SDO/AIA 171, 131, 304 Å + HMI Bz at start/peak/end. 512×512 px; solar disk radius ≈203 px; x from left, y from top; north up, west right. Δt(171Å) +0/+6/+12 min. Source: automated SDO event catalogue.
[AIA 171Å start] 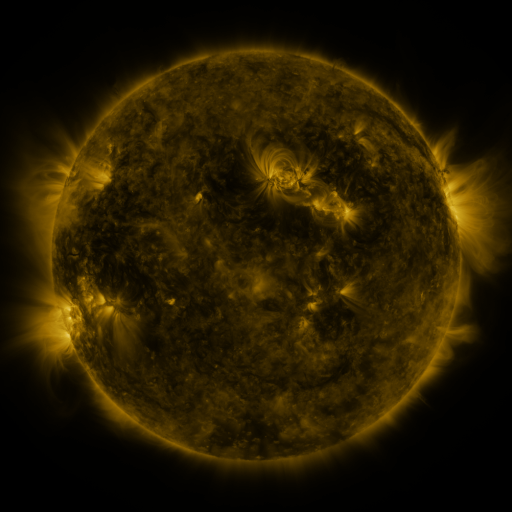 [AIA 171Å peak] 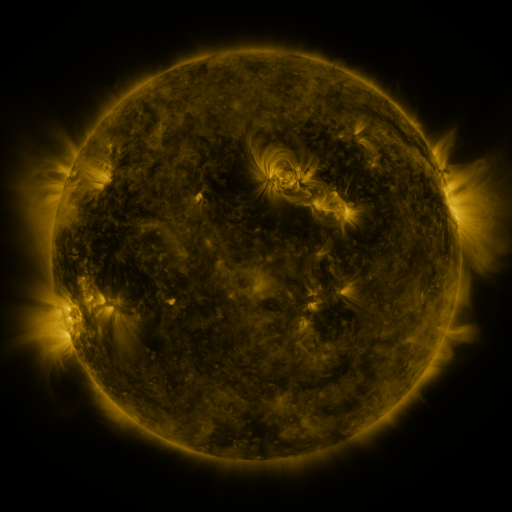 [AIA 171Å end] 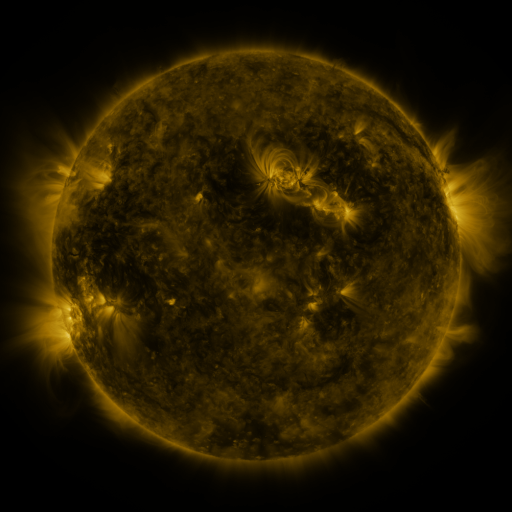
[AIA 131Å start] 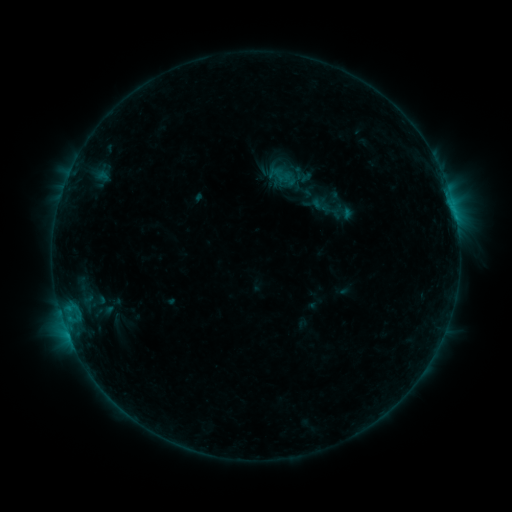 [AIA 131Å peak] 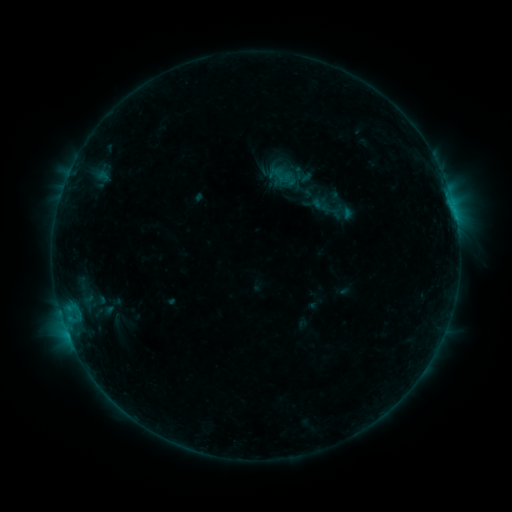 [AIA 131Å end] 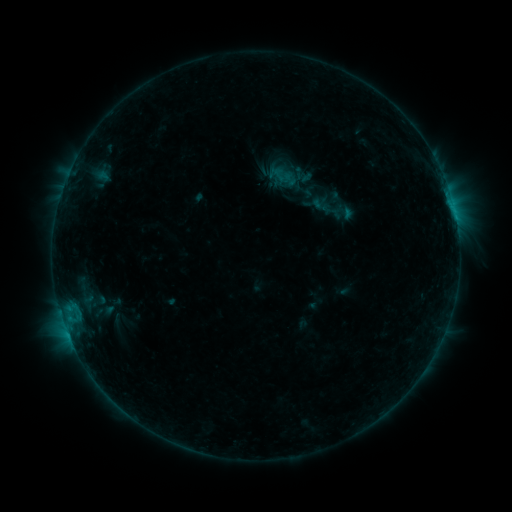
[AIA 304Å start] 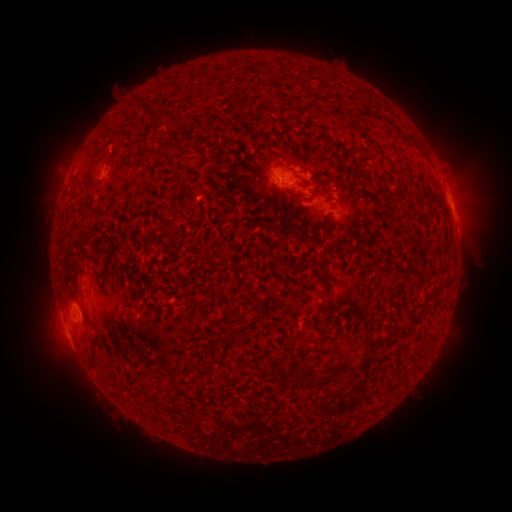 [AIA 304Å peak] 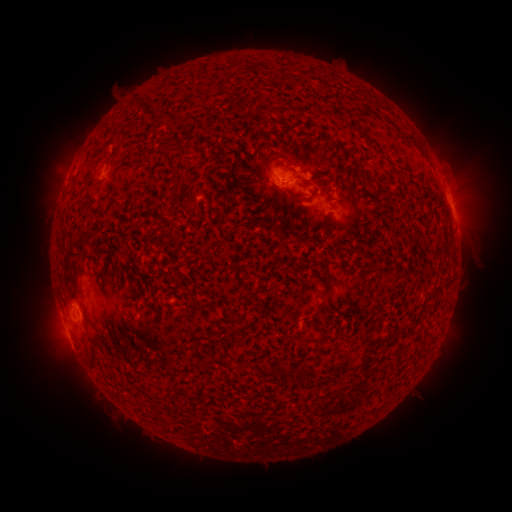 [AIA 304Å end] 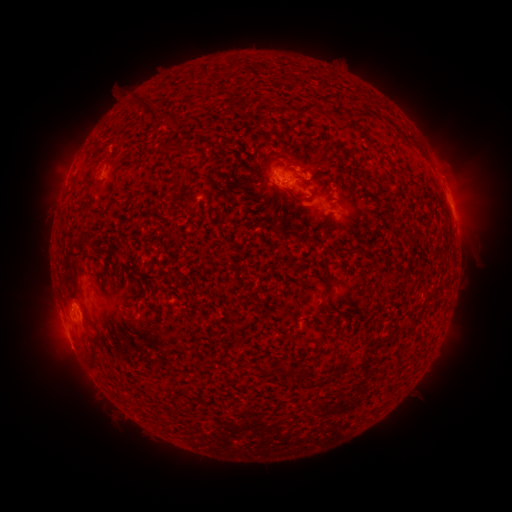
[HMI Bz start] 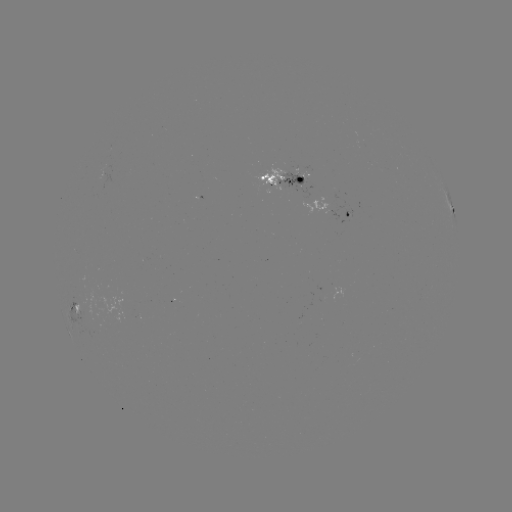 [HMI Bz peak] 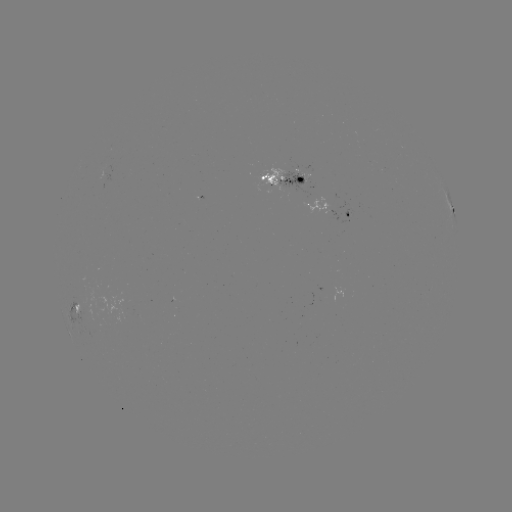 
no flare in any classed list; no EUV-trigger detection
